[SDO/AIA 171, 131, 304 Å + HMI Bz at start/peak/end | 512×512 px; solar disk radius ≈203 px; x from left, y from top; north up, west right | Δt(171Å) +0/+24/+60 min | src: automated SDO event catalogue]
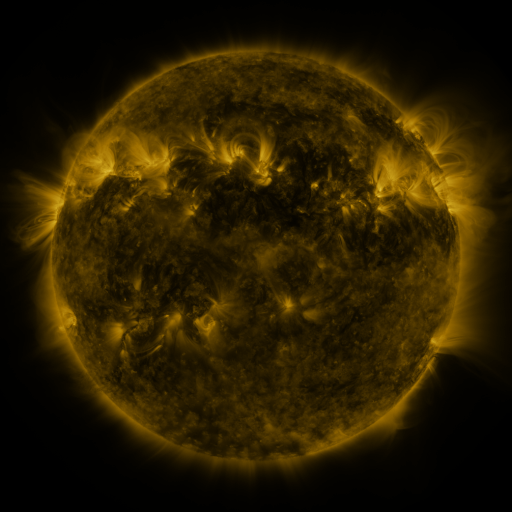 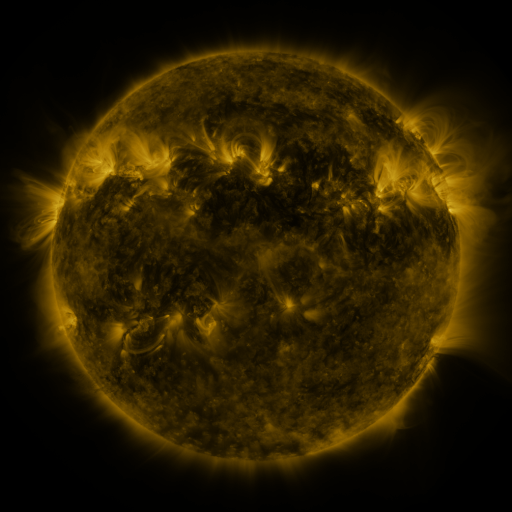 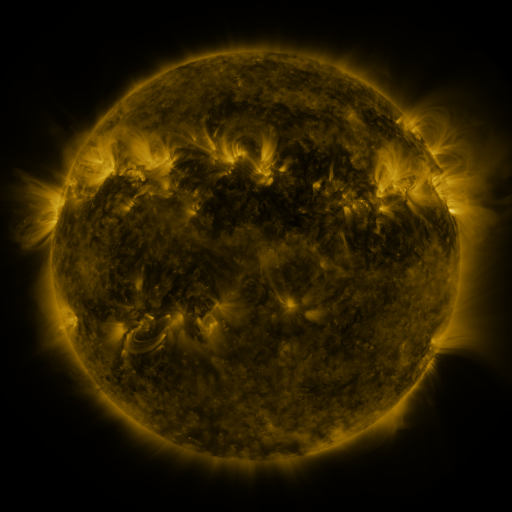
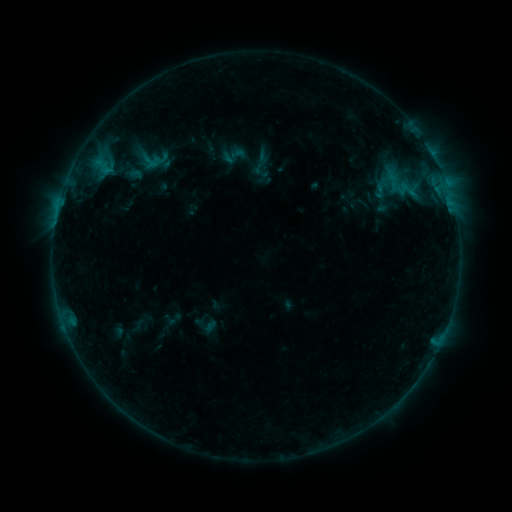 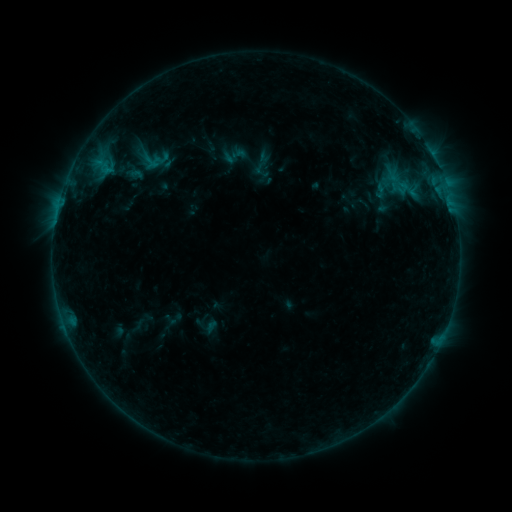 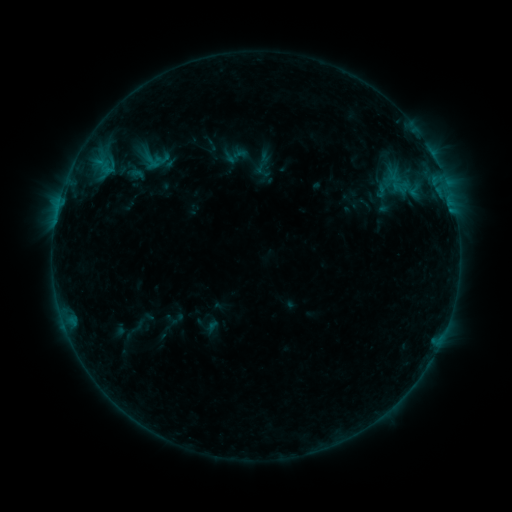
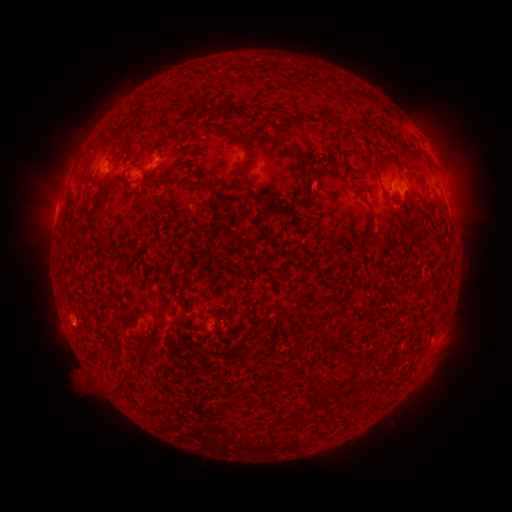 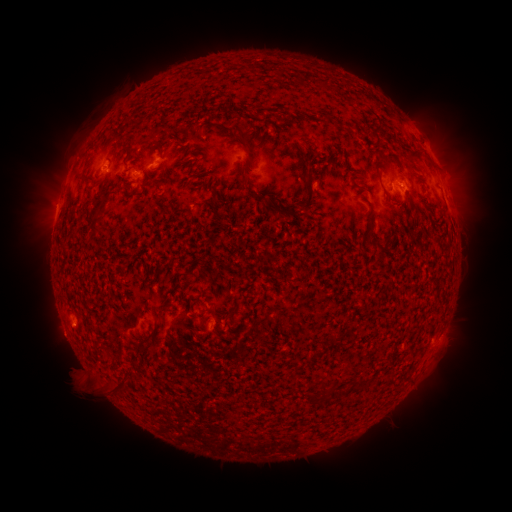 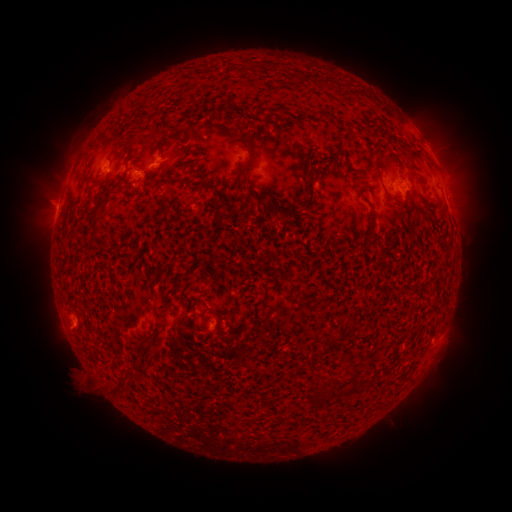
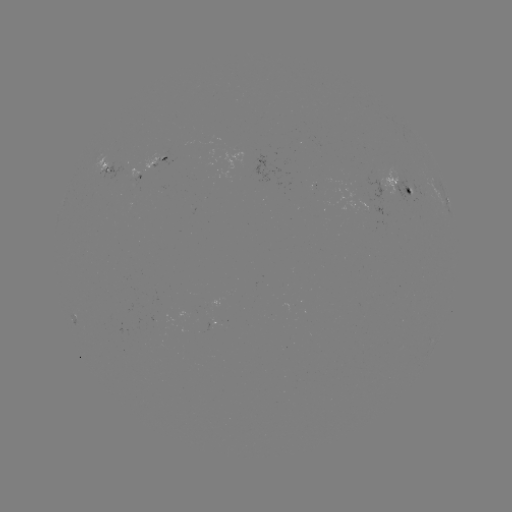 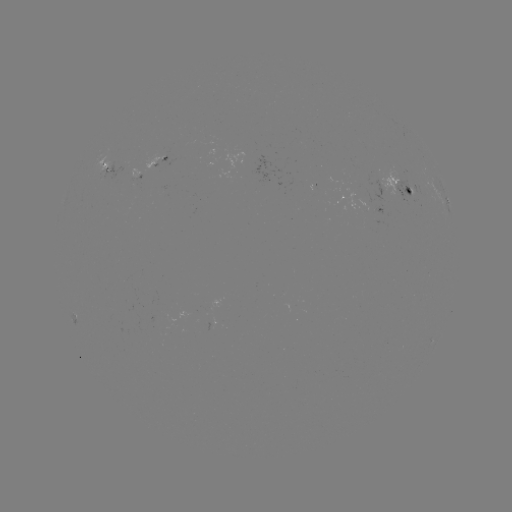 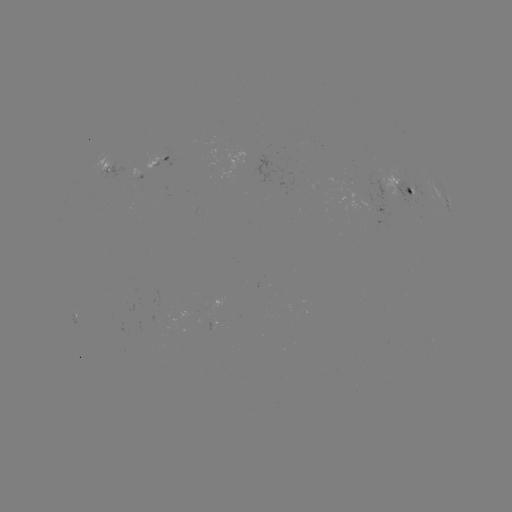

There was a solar emerging-flux region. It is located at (367, 201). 